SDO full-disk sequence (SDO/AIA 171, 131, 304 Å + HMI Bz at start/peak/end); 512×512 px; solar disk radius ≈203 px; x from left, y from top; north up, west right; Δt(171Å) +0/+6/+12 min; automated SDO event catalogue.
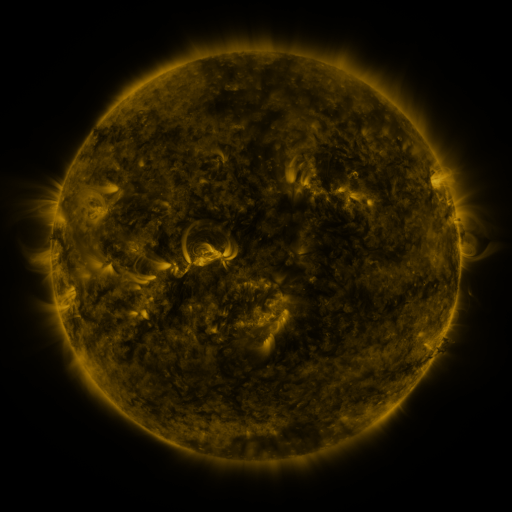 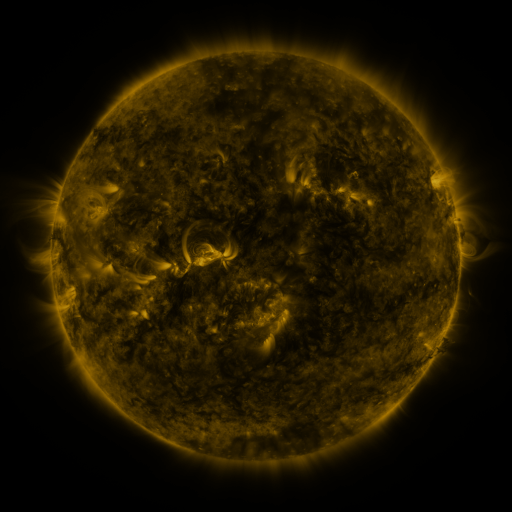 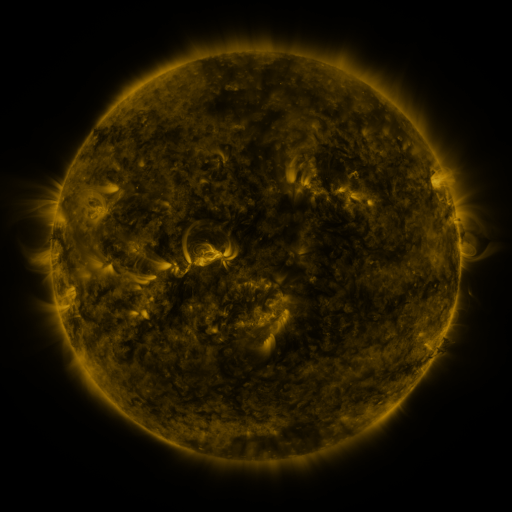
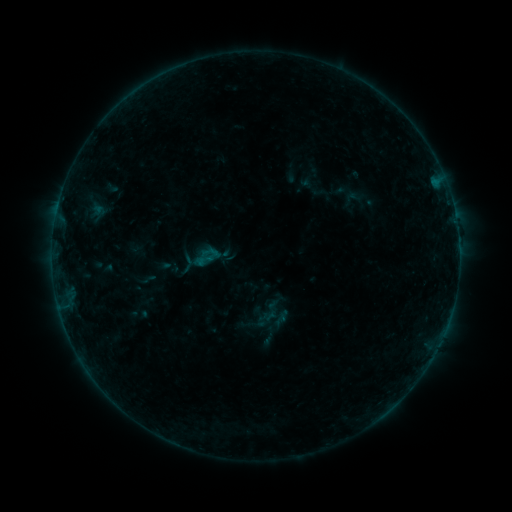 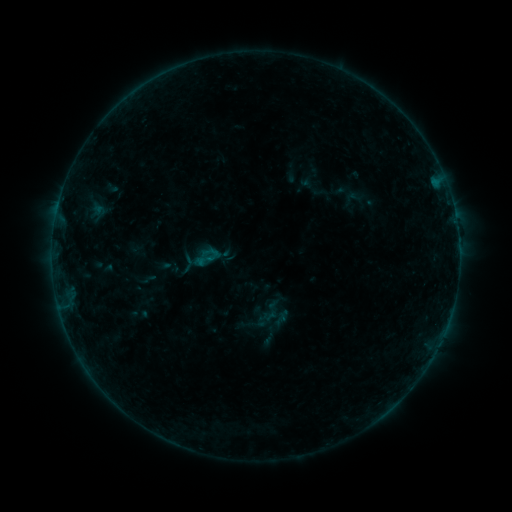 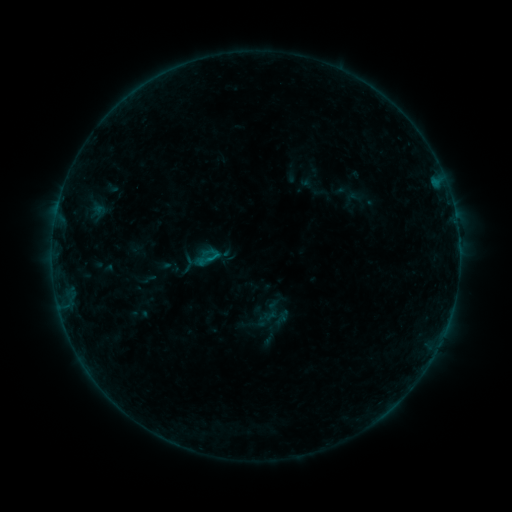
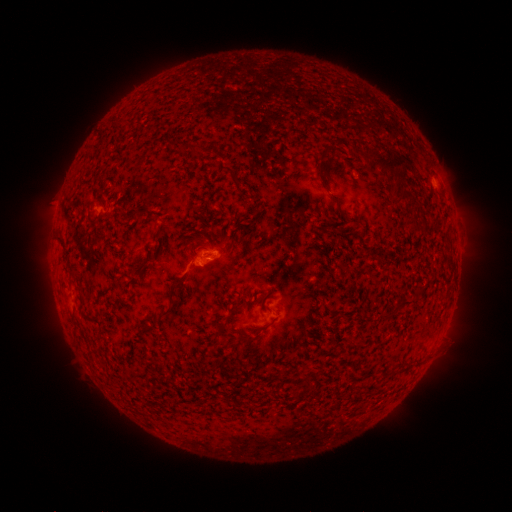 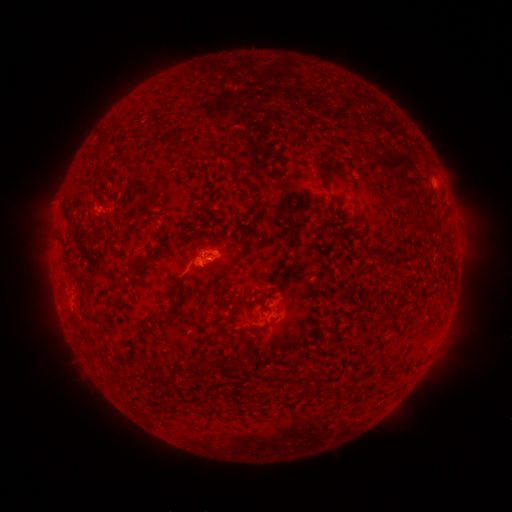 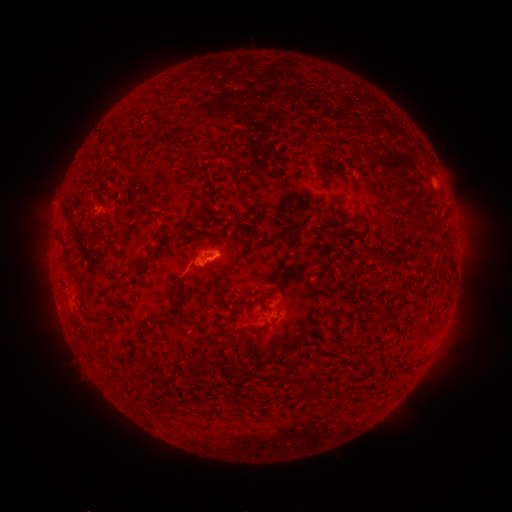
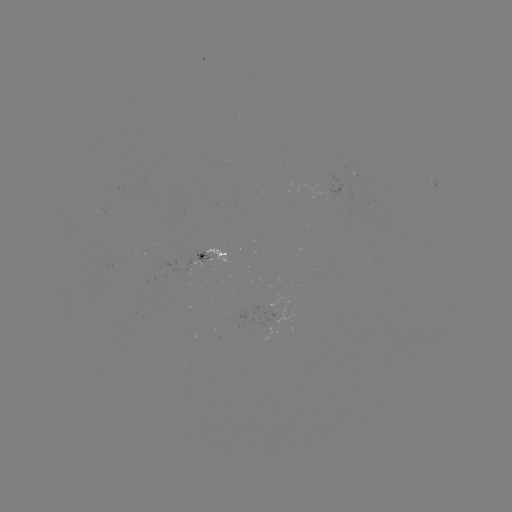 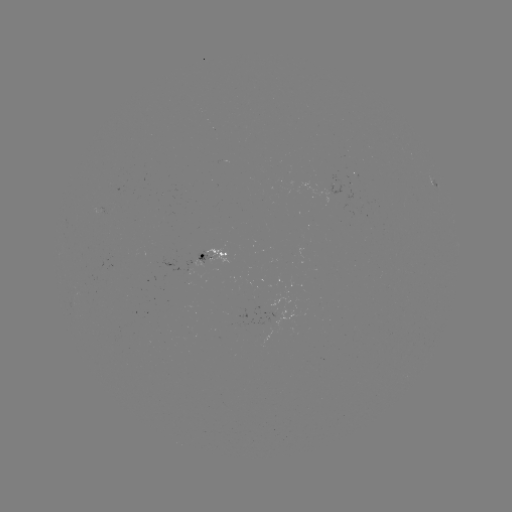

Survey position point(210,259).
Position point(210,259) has B2.8 flare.